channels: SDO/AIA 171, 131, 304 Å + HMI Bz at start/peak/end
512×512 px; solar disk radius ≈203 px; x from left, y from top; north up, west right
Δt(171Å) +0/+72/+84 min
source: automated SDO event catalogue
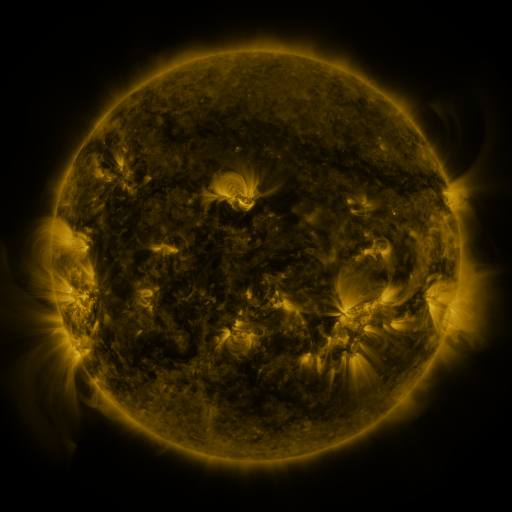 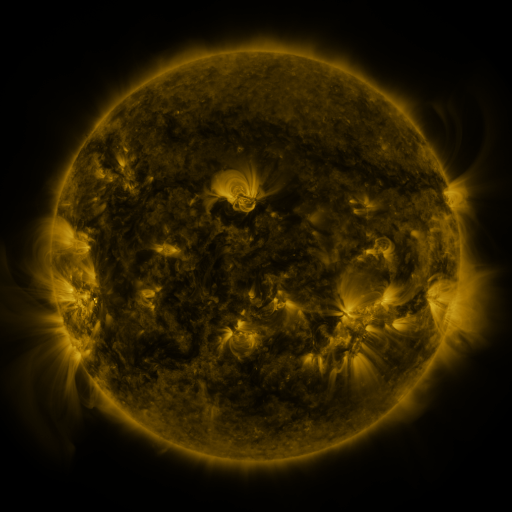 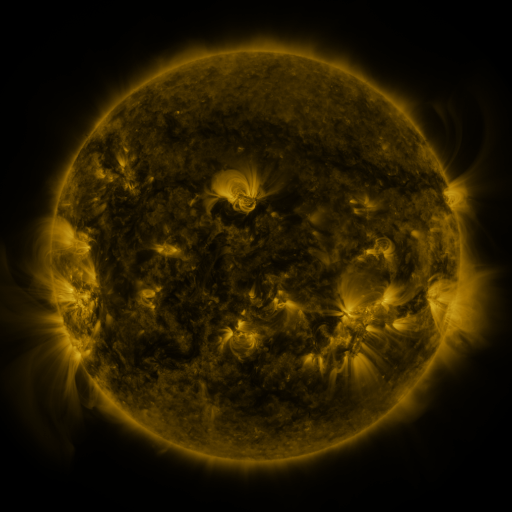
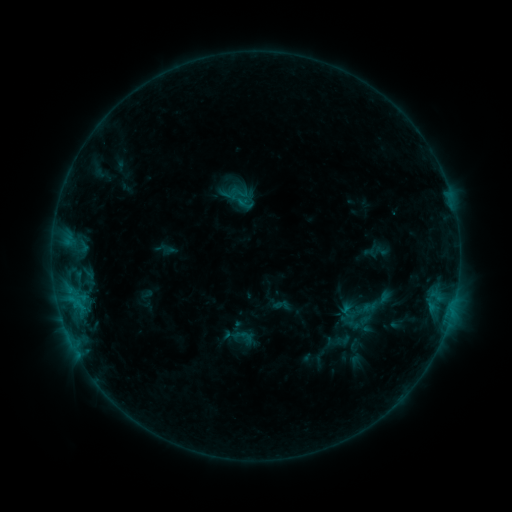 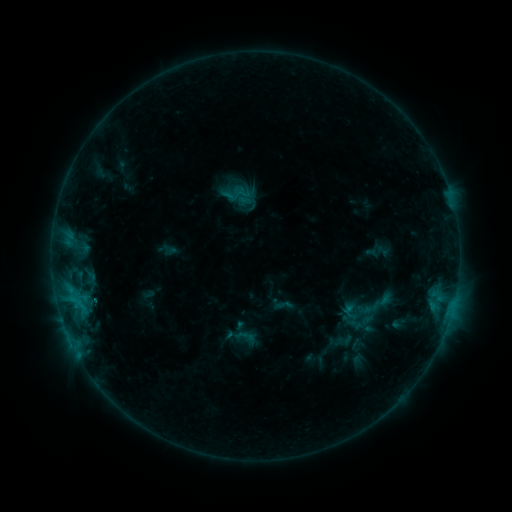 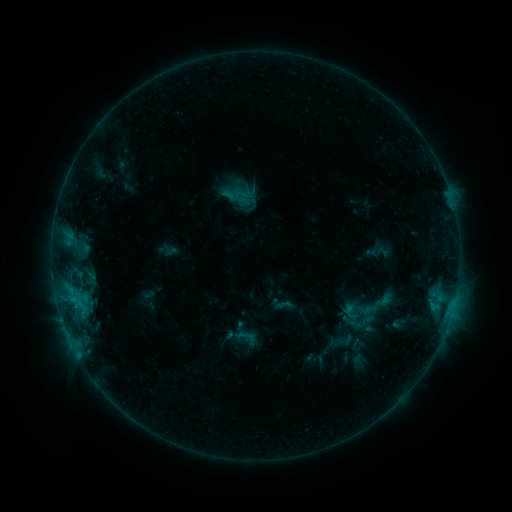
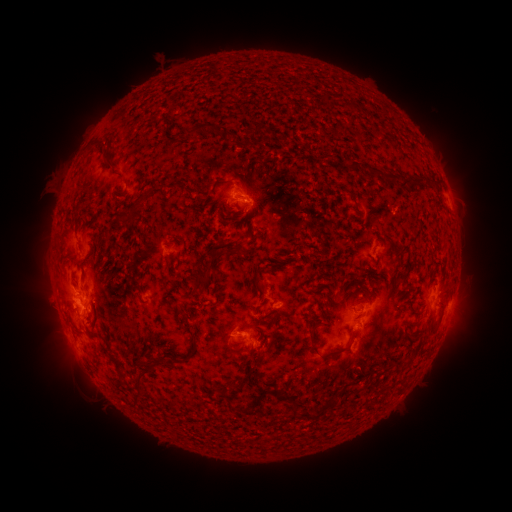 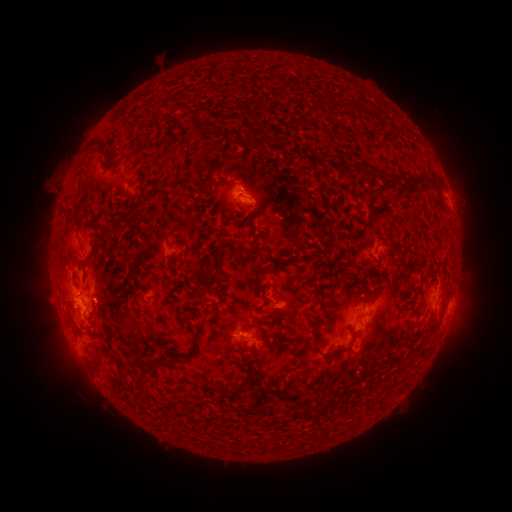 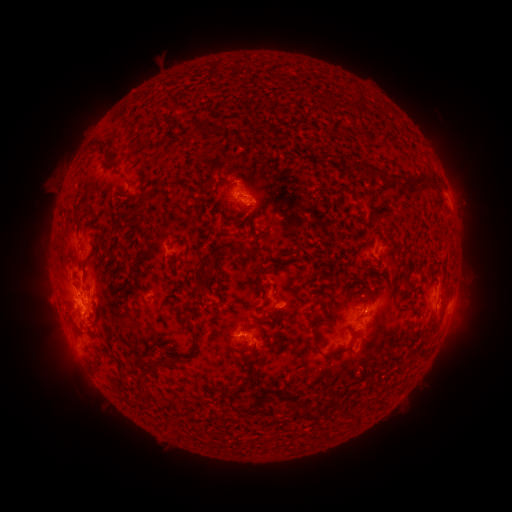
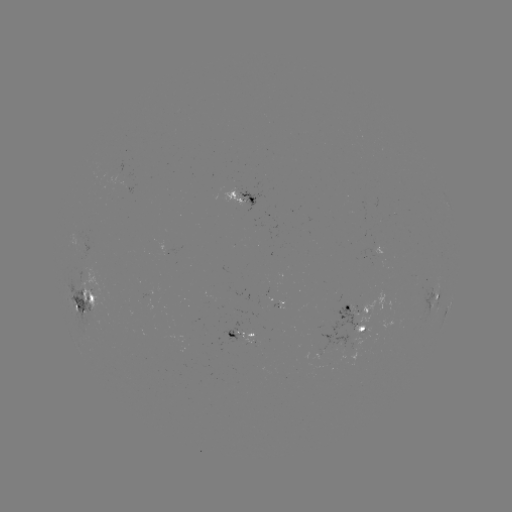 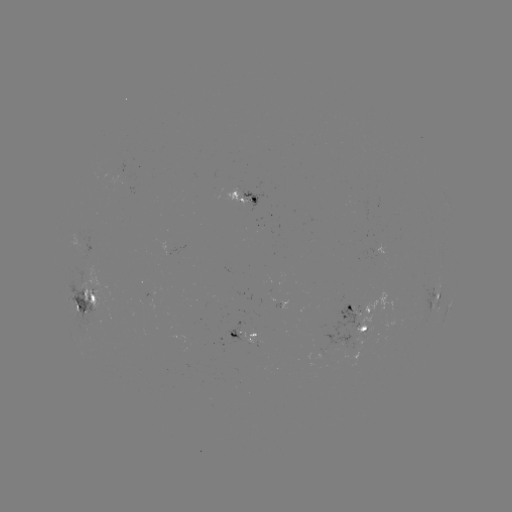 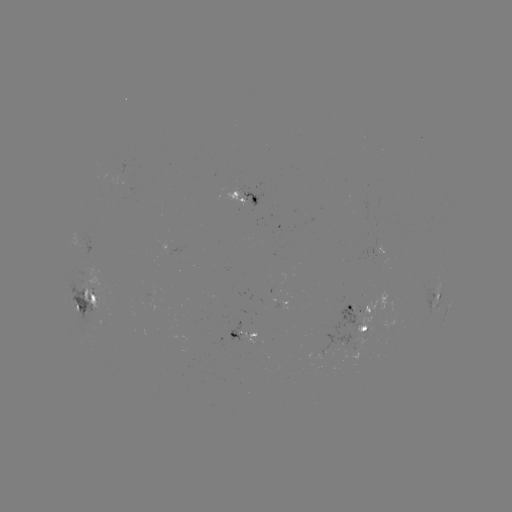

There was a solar emerging-flux region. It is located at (84, 250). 